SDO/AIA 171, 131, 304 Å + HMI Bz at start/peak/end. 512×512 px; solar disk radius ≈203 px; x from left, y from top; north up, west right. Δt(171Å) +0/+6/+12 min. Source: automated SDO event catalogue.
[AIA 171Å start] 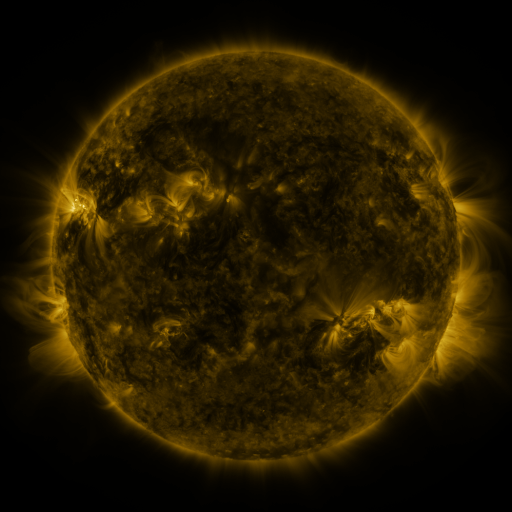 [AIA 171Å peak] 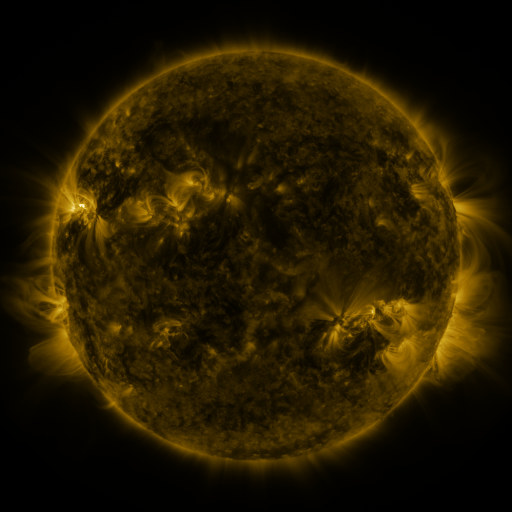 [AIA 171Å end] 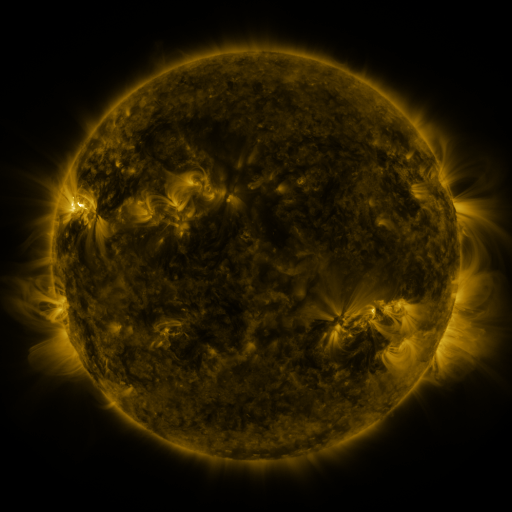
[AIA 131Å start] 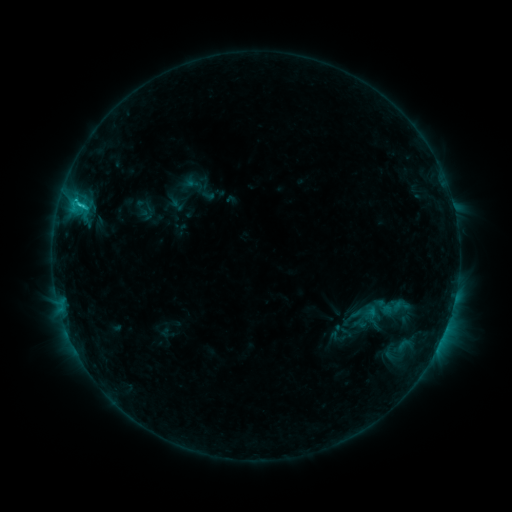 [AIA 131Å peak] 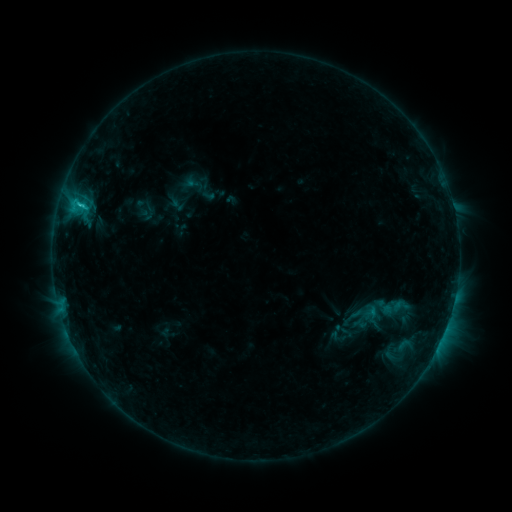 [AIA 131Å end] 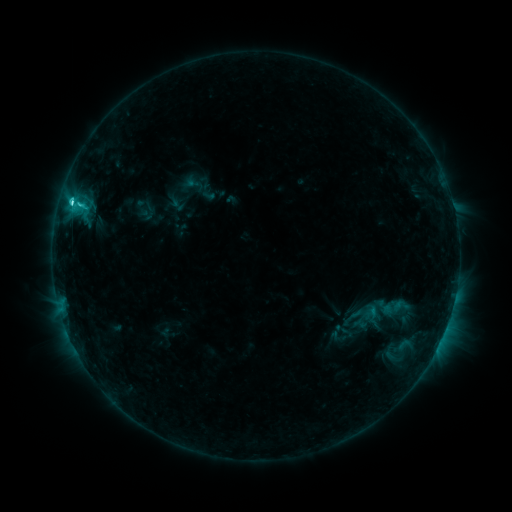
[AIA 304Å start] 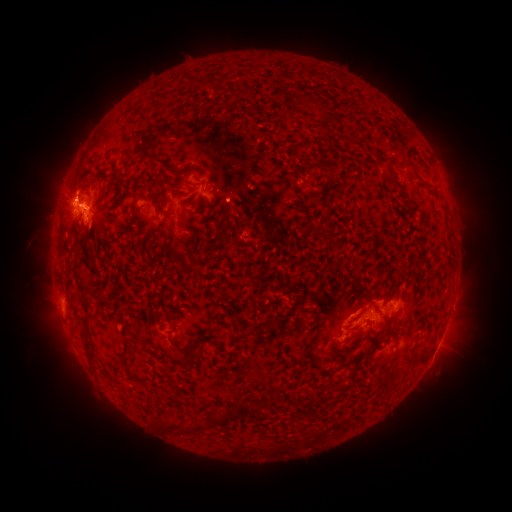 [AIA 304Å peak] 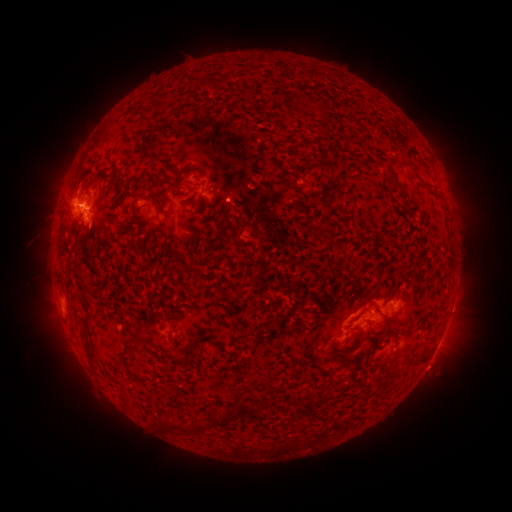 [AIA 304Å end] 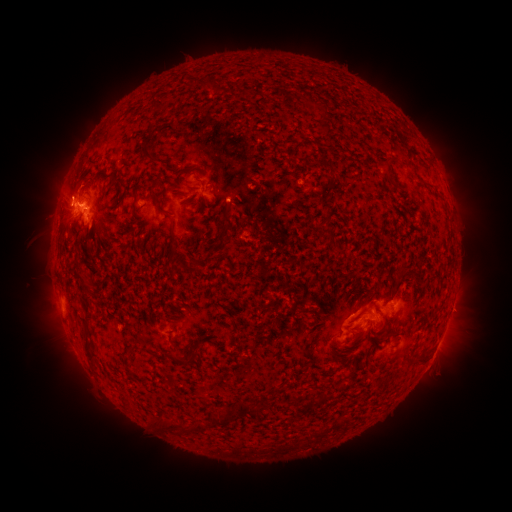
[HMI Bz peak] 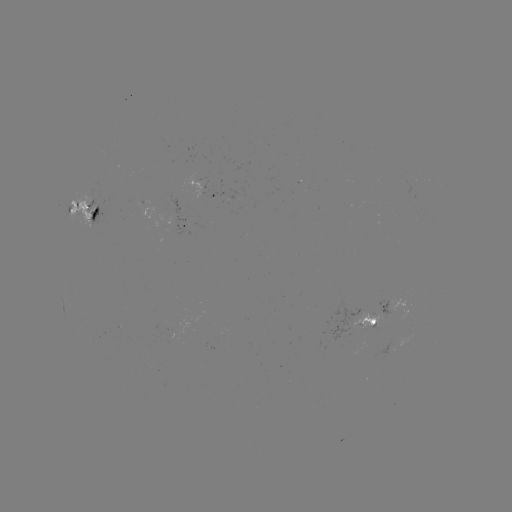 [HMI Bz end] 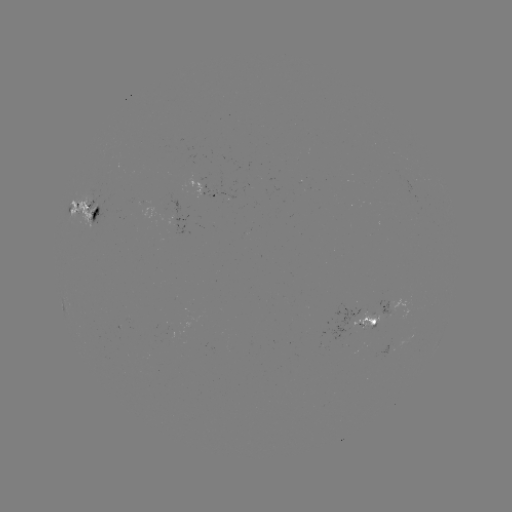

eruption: (36, 157, 96, 215)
